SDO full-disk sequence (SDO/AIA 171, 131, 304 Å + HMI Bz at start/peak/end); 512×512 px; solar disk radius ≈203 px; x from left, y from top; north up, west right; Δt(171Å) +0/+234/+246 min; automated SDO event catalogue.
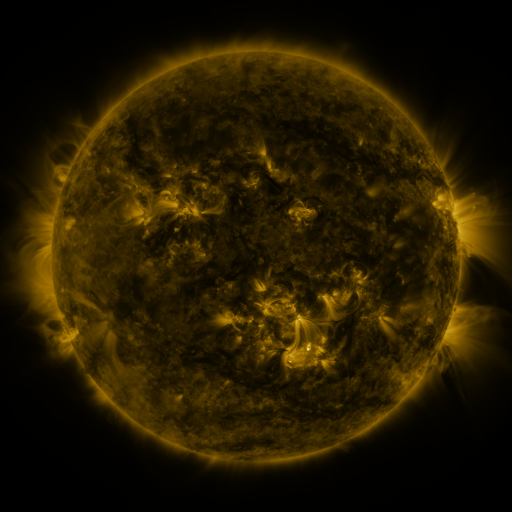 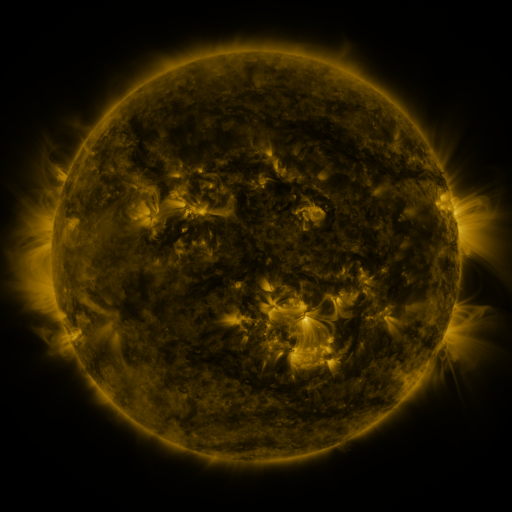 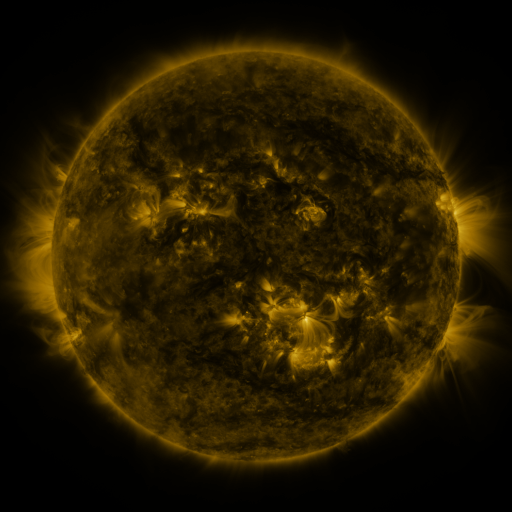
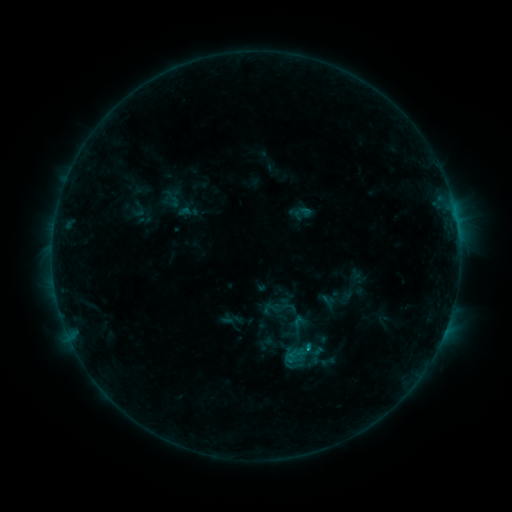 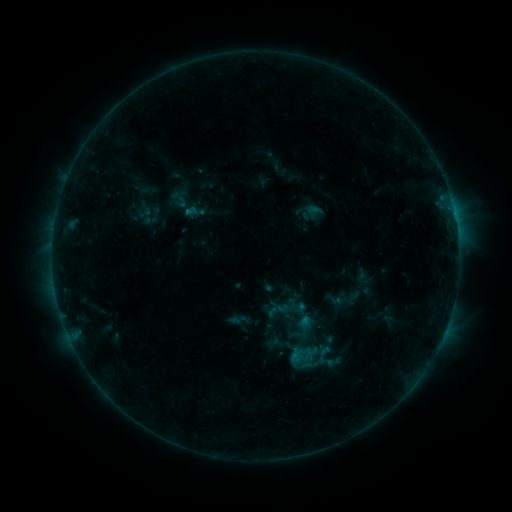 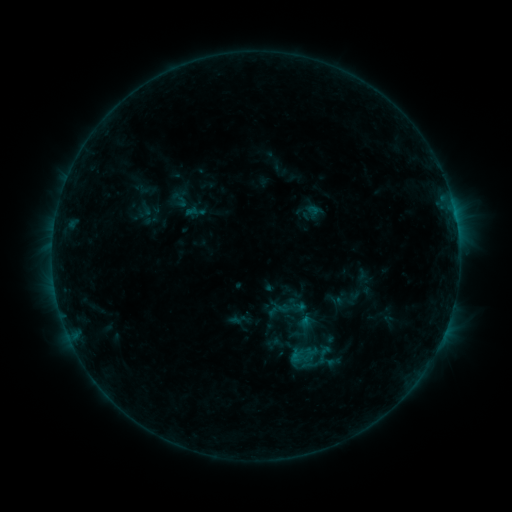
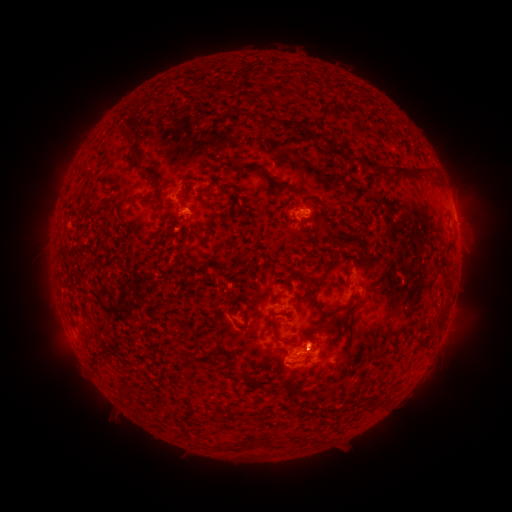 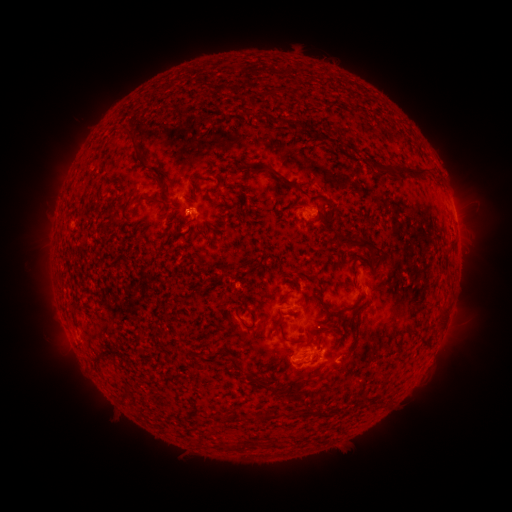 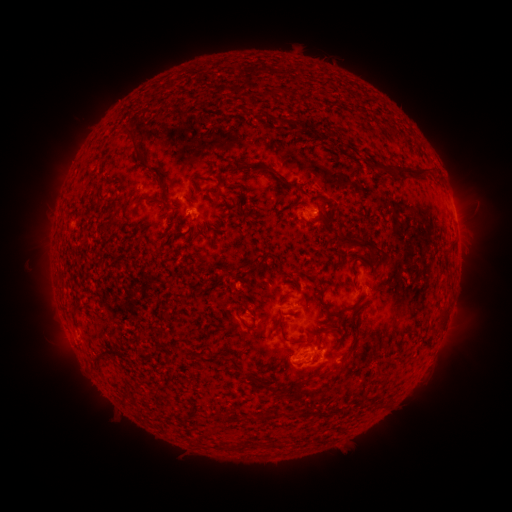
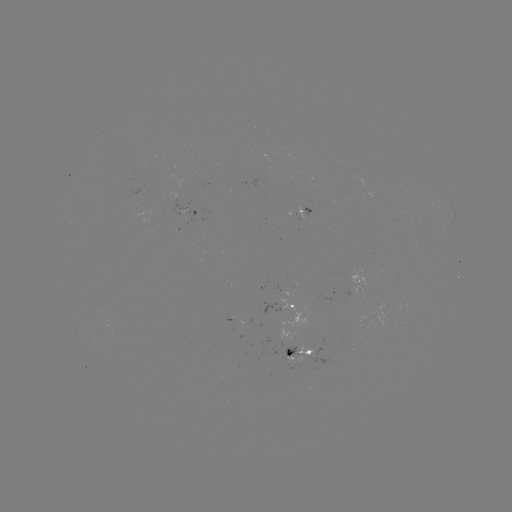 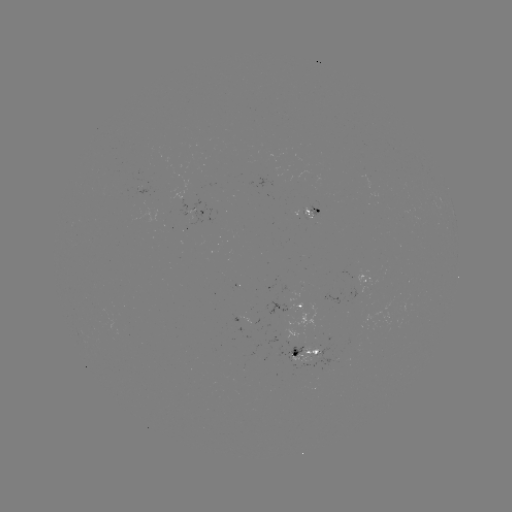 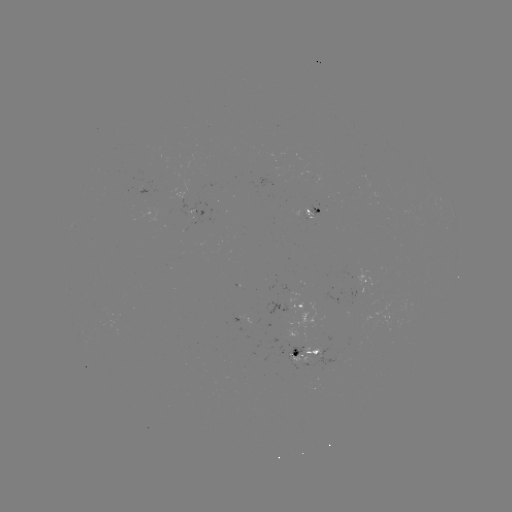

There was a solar emerging-flux region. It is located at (313, 207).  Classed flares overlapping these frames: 1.